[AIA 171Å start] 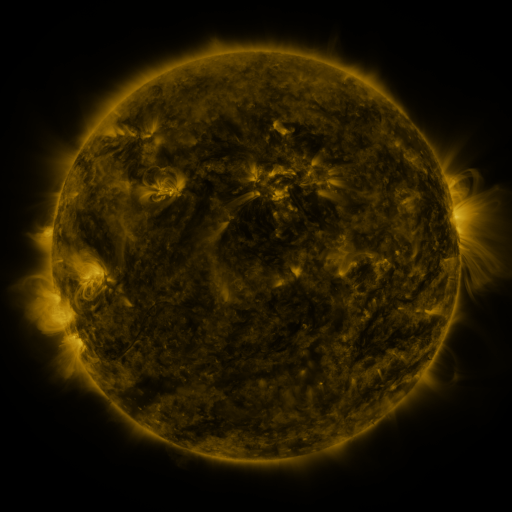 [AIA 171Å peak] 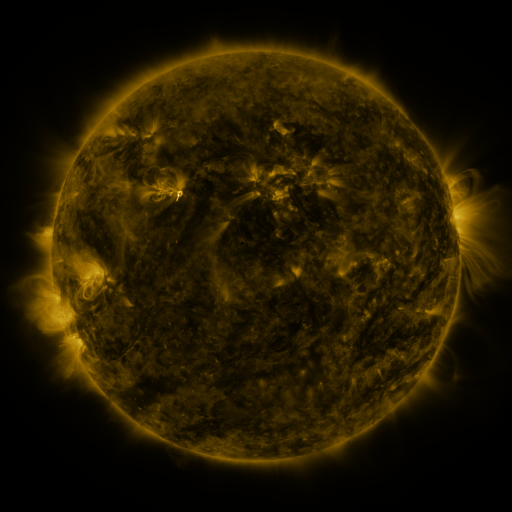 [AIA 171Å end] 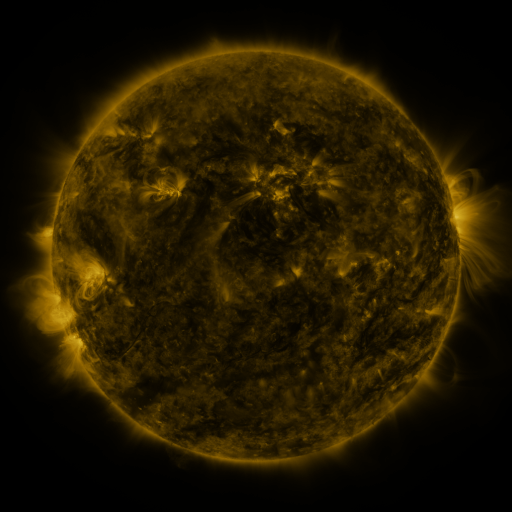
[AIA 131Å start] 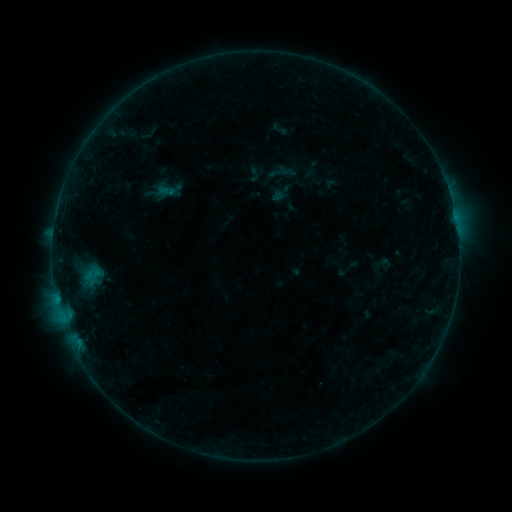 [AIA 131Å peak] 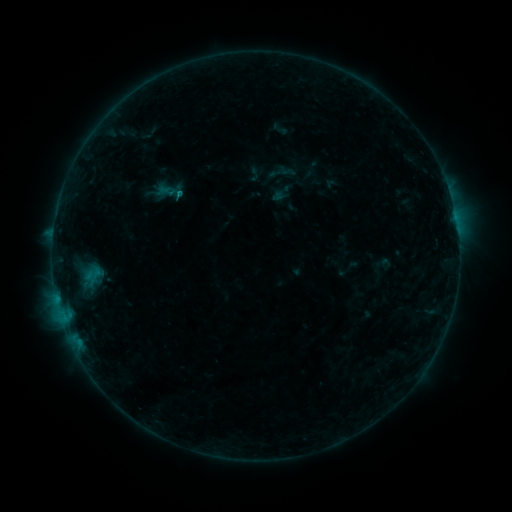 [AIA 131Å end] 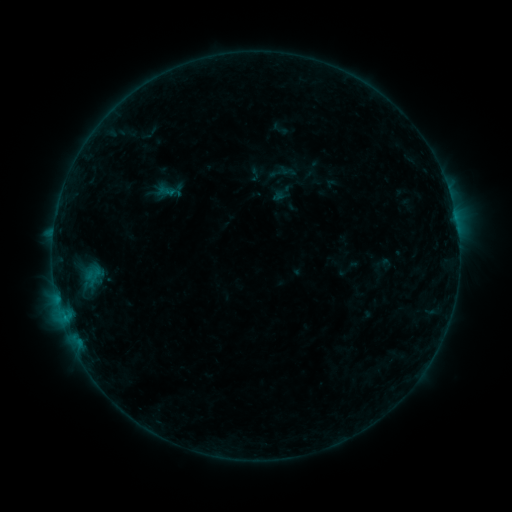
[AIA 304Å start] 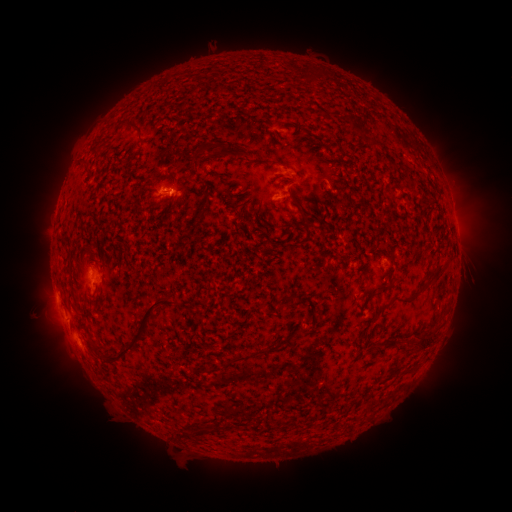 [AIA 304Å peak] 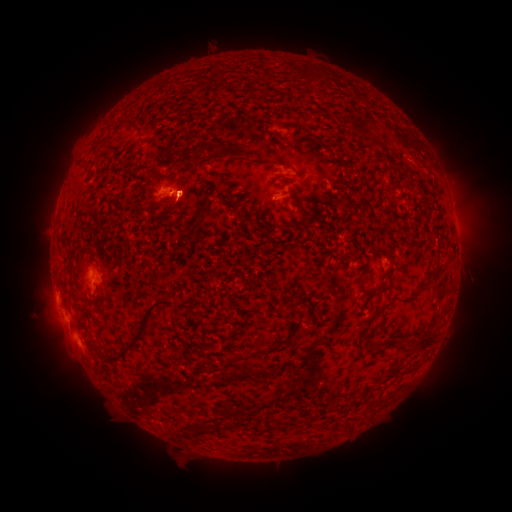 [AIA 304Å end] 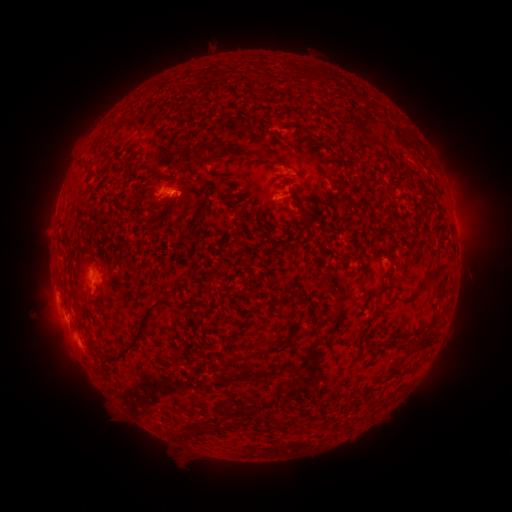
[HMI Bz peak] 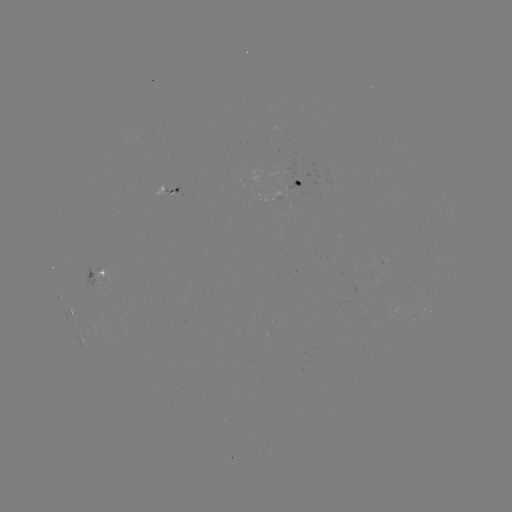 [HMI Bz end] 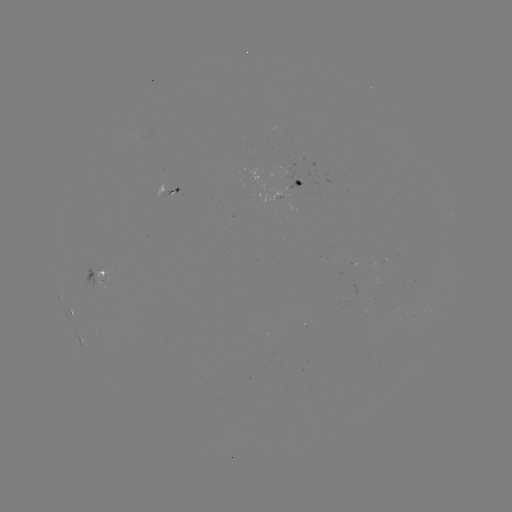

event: flare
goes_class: B3.8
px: (180, 194)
